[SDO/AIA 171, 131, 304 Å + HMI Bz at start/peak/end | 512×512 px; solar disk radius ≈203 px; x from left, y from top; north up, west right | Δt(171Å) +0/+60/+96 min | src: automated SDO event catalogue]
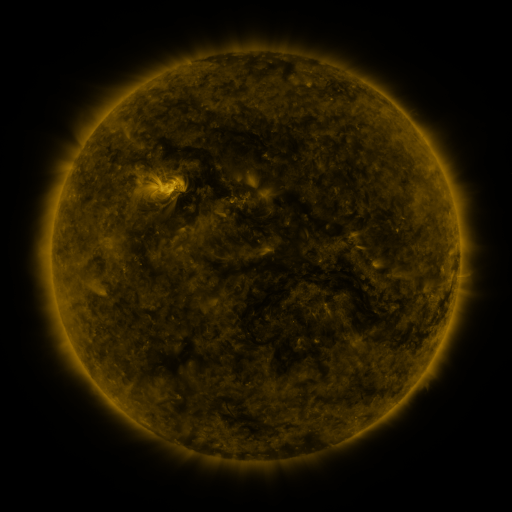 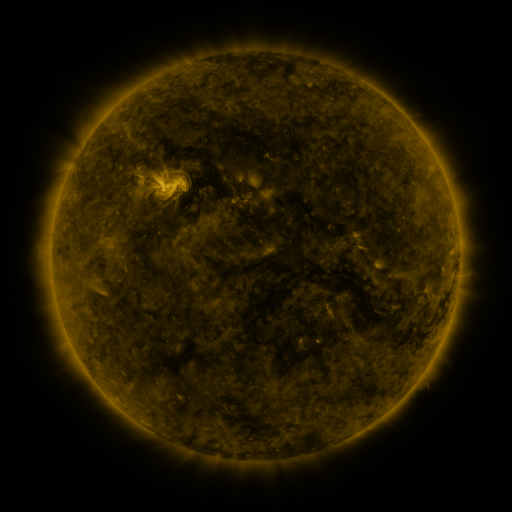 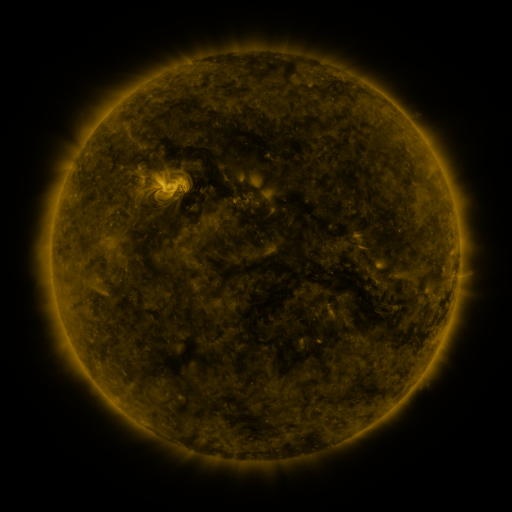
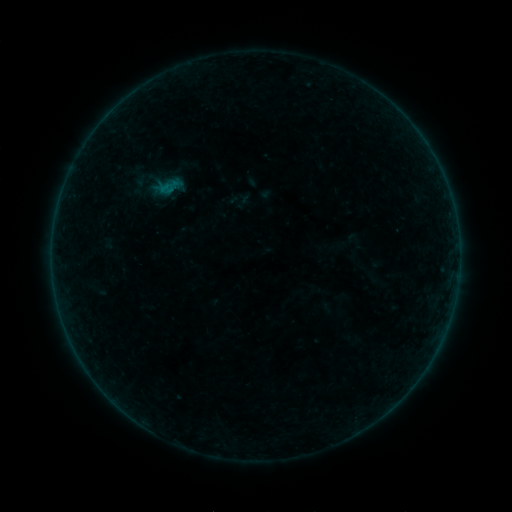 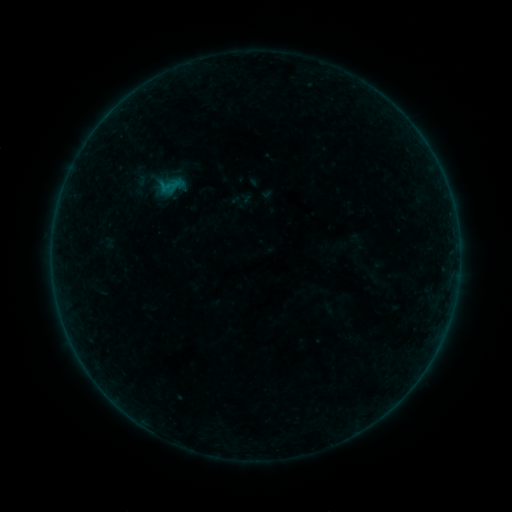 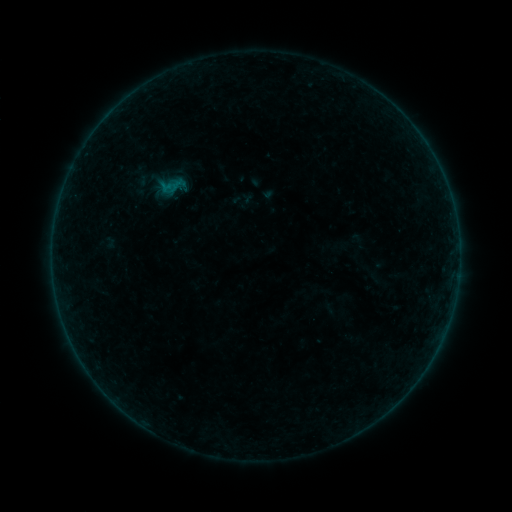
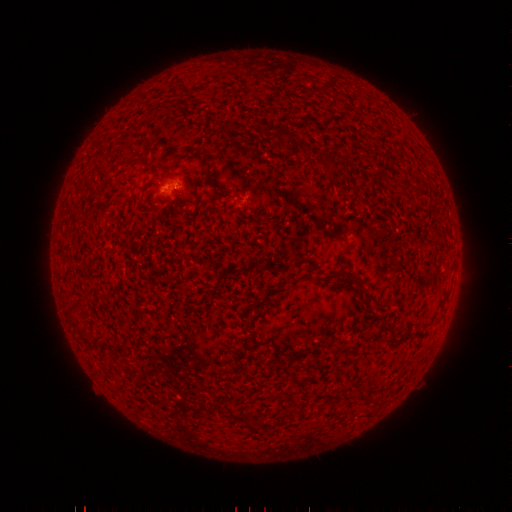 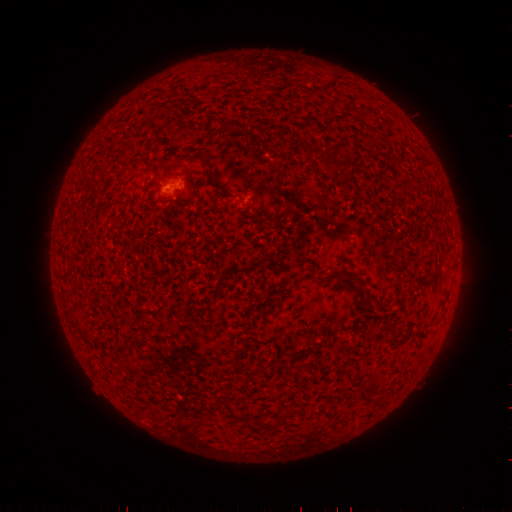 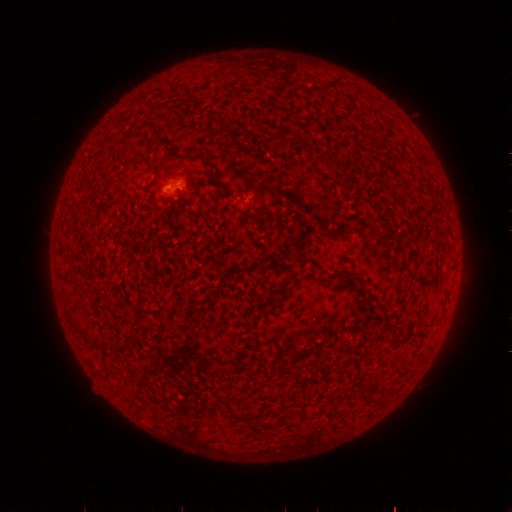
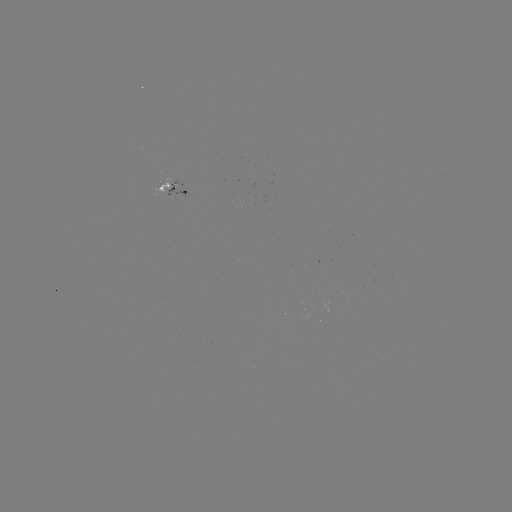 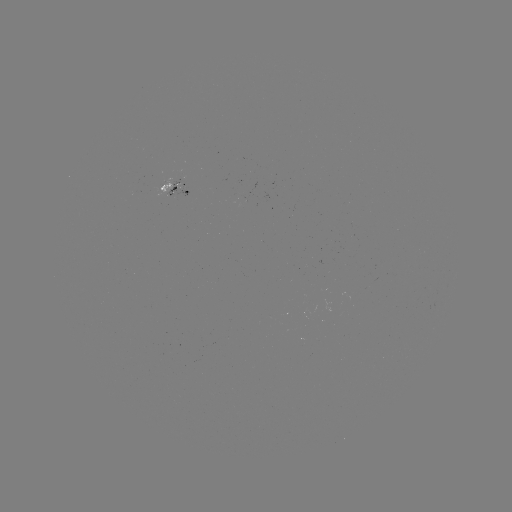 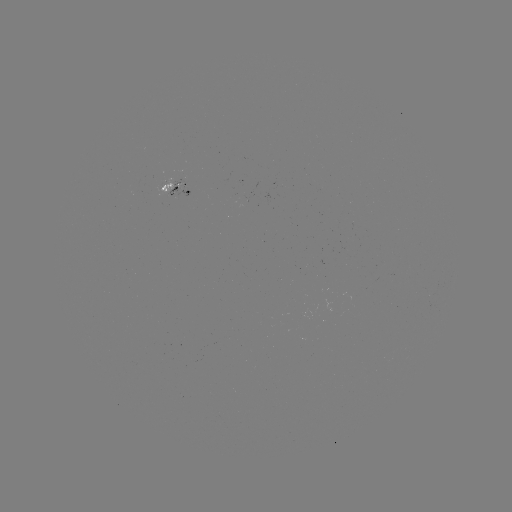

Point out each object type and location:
emerging-flux region: (165, 185)
